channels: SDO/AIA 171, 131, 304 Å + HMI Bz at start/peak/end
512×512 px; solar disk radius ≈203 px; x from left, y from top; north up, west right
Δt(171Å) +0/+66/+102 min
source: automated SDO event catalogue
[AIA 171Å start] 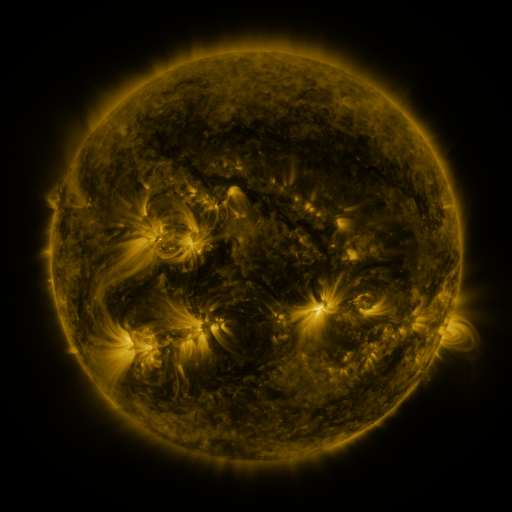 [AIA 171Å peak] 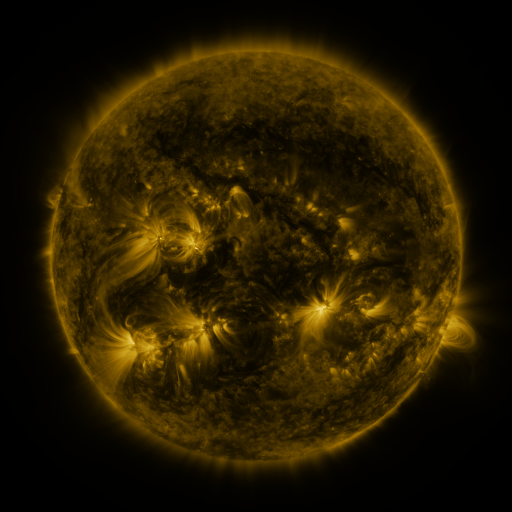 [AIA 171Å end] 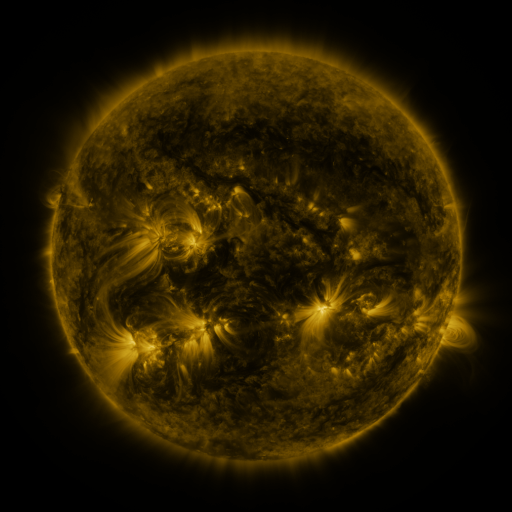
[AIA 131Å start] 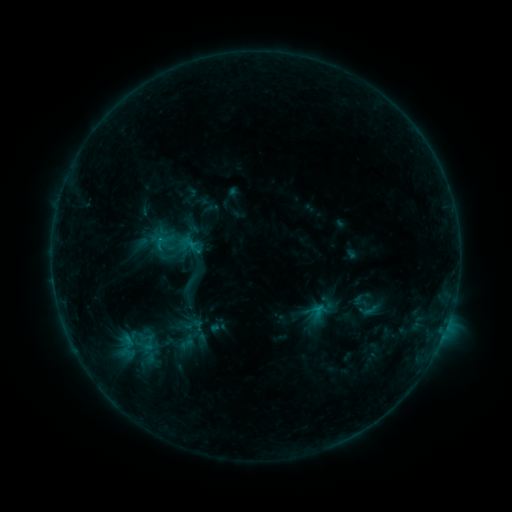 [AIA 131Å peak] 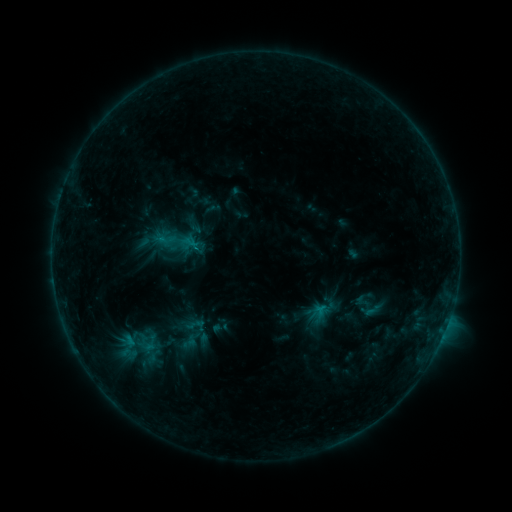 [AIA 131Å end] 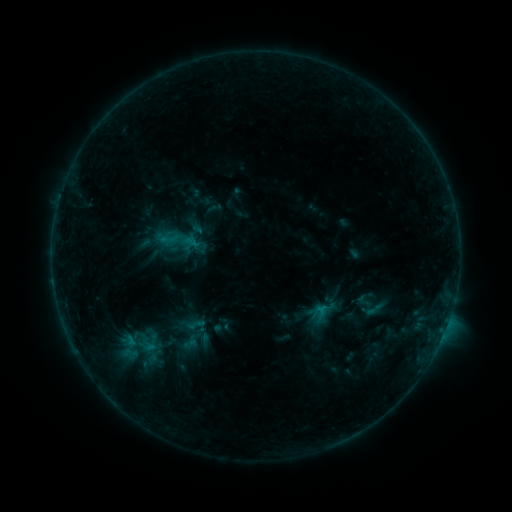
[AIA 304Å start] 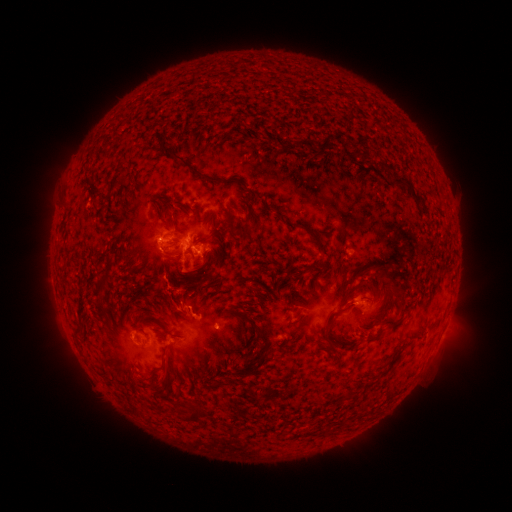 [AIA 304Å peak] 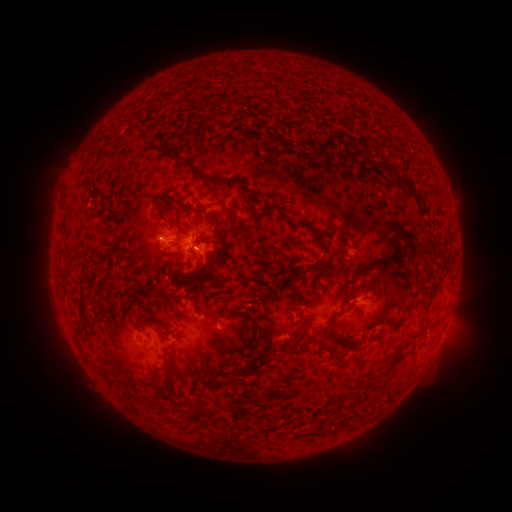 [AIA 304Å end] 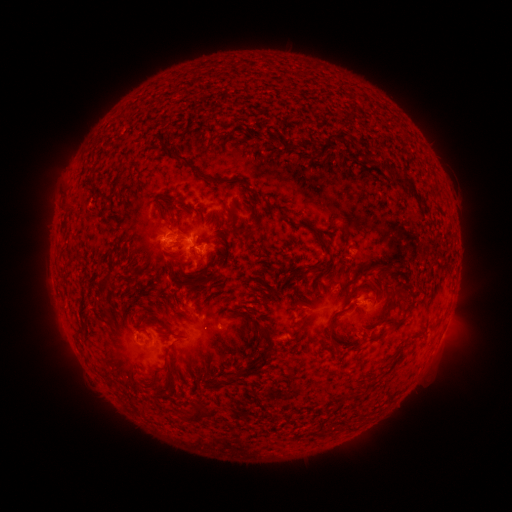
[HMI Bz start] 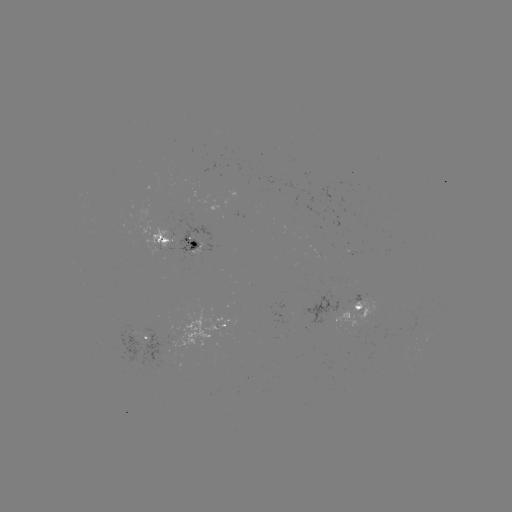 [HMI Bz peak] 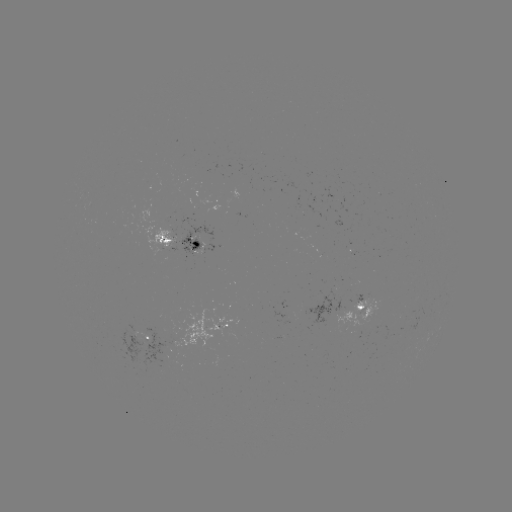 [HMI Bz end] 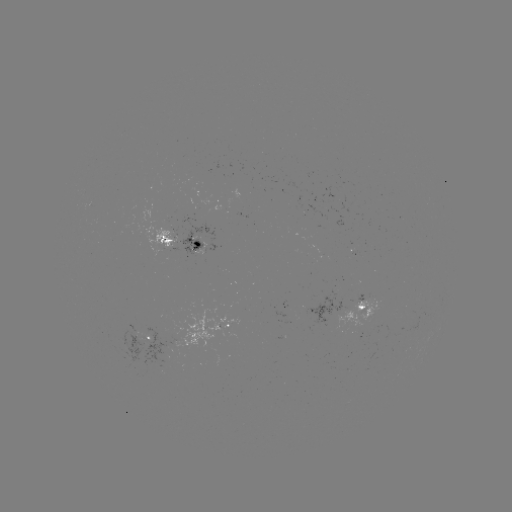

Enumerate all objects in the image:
emerging-flux region: (369, 319)
